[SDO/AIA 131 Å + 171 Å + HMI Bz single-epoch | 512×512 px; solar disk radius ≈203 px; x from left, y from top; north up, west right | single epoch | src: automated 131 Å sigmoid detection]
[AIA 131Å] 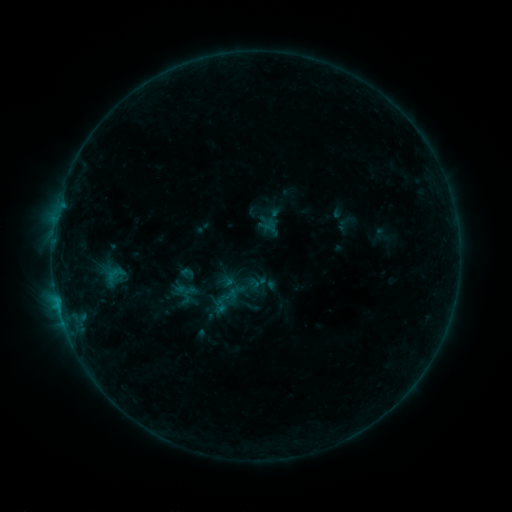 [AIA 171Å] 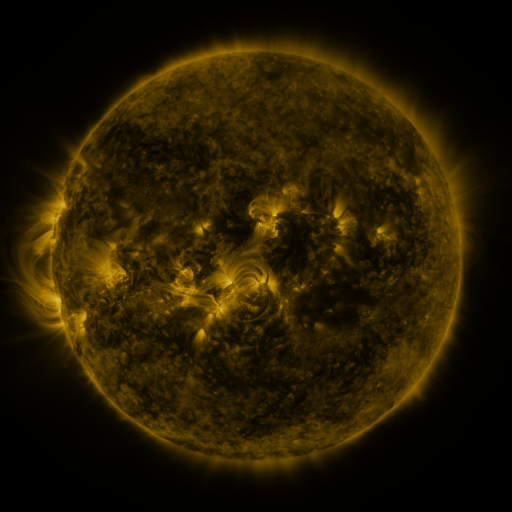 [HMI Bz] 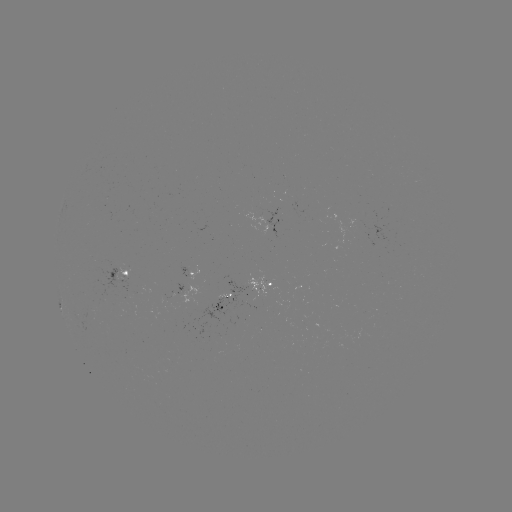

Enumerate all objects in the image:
sigmoid: [172, 280, 194, 300]
sigmoid: [213, 285, 240, 310]
